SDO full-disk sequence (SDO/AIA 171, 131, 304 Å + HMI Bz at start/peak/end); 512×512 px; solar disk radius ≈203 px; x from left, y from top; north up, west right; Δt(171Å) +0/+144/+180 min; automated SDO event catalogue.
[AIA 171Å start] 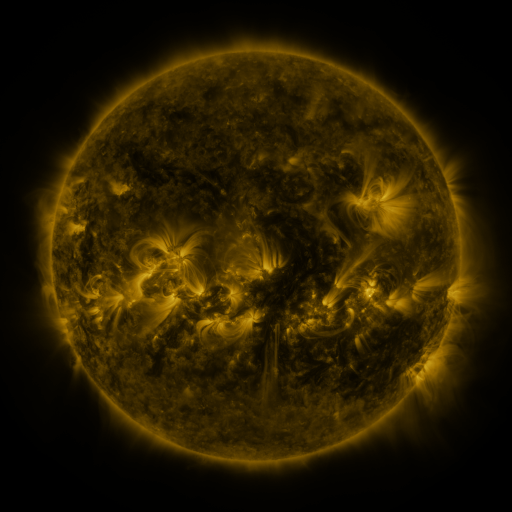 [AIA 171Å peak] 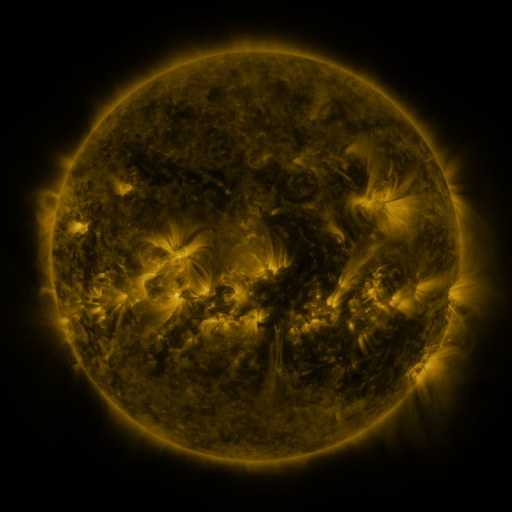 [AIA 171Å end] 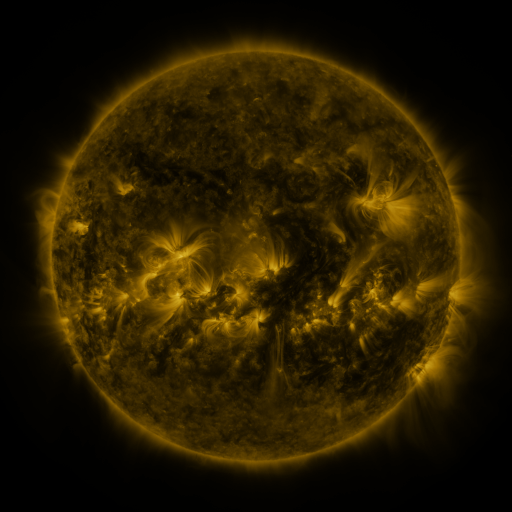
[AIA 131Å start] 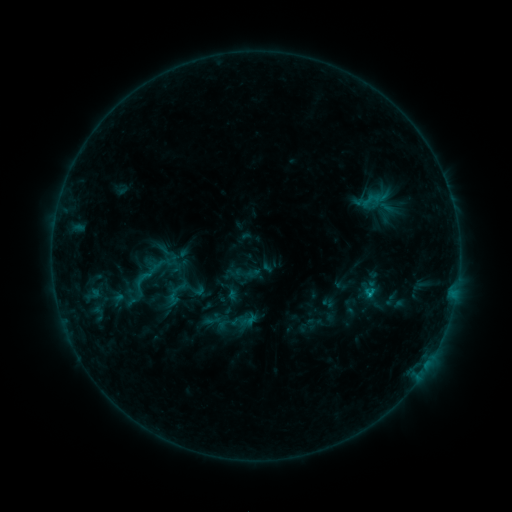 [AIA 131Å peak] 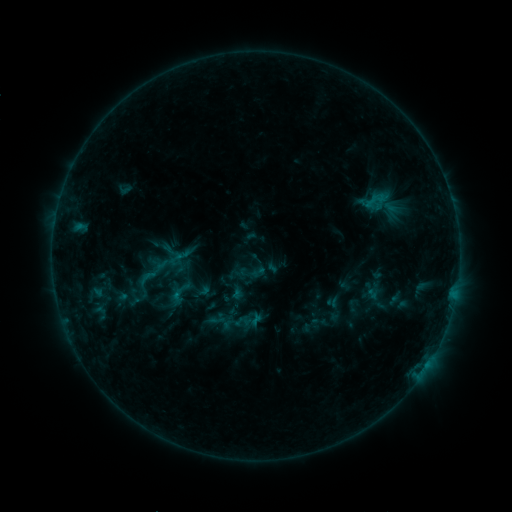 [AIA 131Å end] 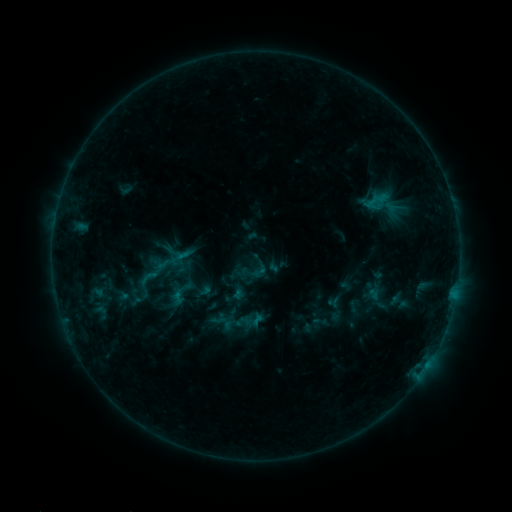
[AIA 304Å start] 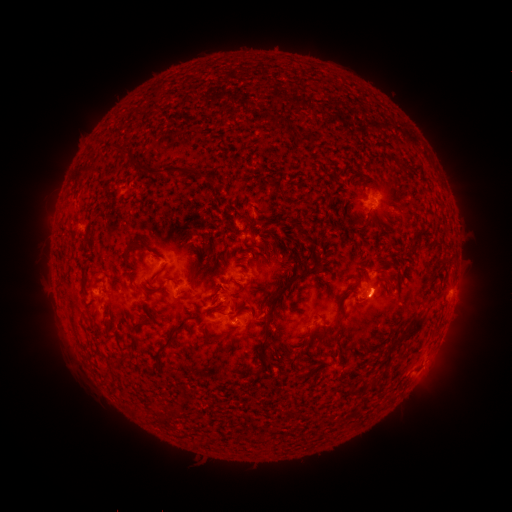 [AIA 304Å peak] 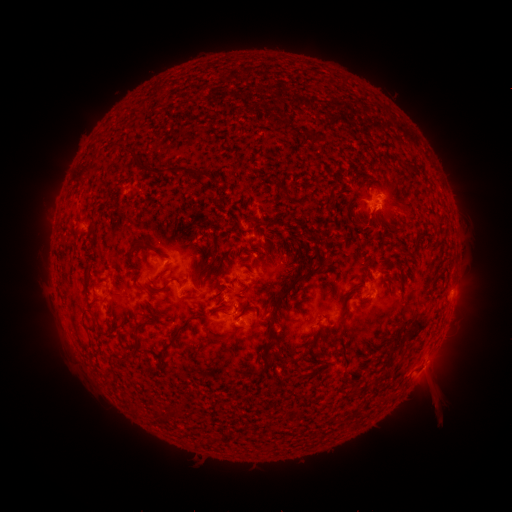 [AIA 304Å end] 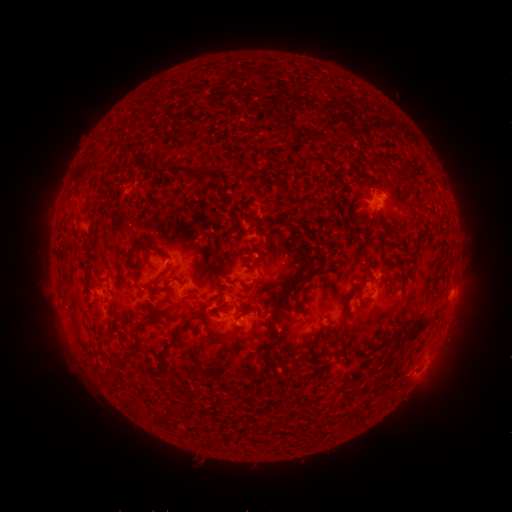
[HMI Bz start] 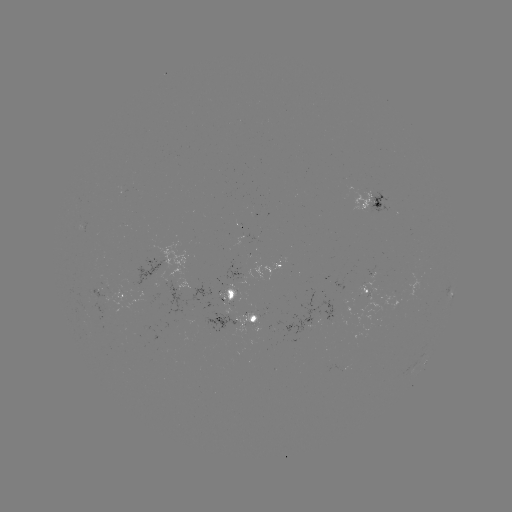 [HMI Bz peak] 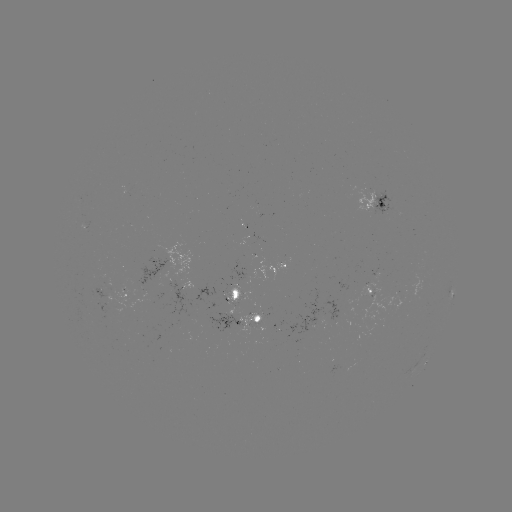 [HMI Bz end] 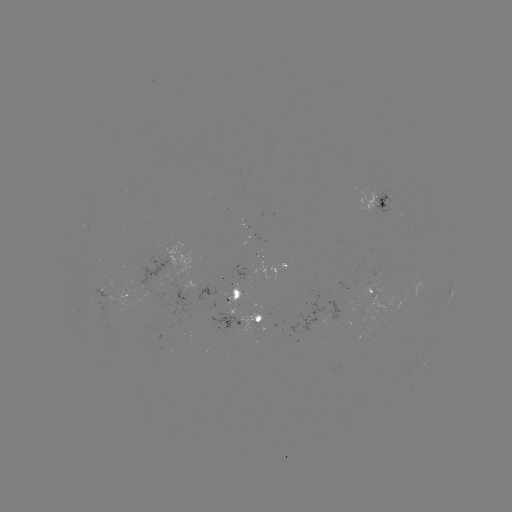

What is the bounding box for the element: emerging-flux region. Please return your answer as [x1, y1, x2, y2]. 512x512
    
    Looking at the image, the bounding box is [206, 314, 243, 337].